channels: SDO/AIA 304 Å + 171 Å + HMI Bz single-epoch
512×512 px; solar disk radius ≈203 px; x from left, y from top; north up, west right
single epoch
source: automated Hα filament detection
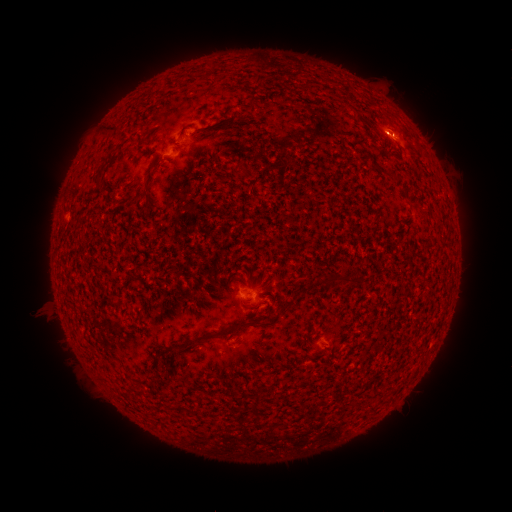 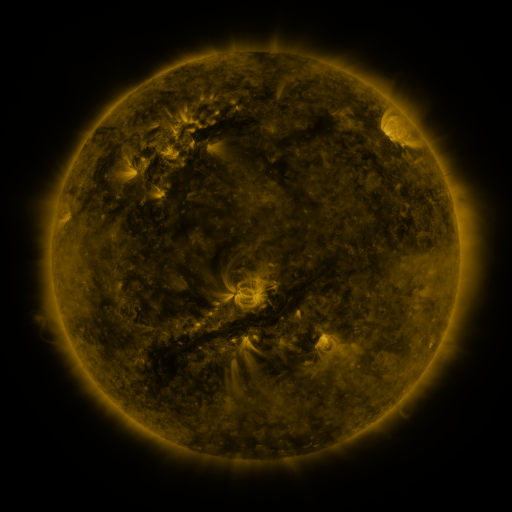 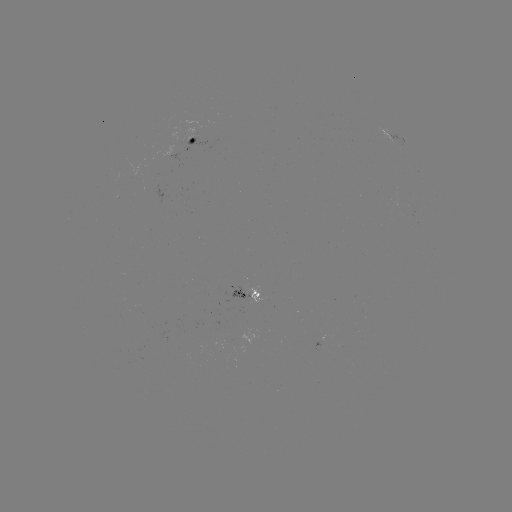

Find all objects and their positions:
filament: (148, 180)
filament: (334, 279)
filament: (285, 307)
filament: (240, 324)
filament: (183, 344)
